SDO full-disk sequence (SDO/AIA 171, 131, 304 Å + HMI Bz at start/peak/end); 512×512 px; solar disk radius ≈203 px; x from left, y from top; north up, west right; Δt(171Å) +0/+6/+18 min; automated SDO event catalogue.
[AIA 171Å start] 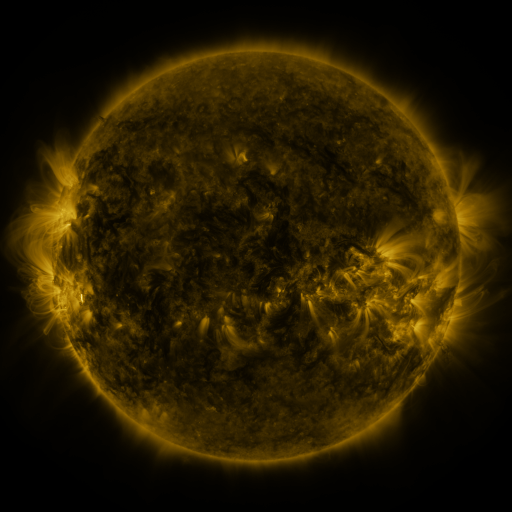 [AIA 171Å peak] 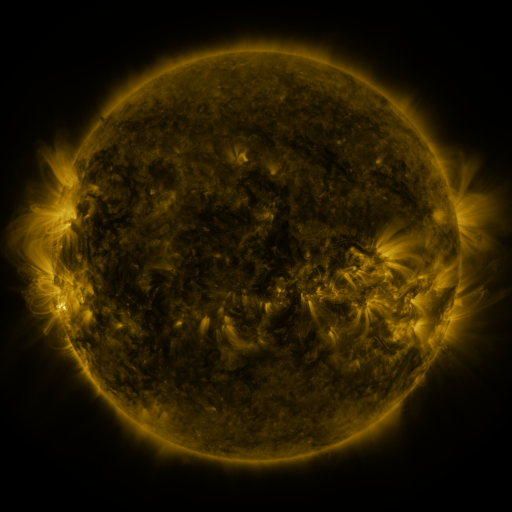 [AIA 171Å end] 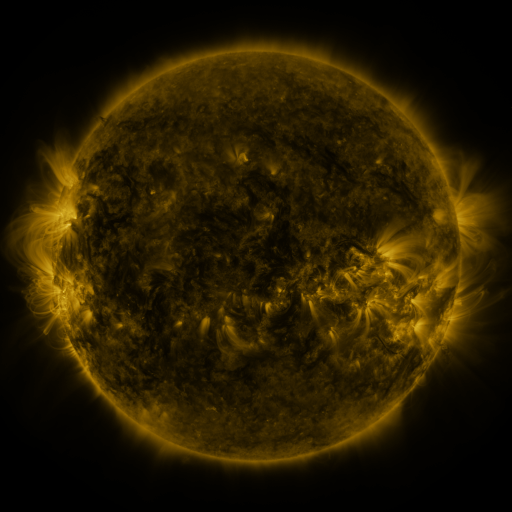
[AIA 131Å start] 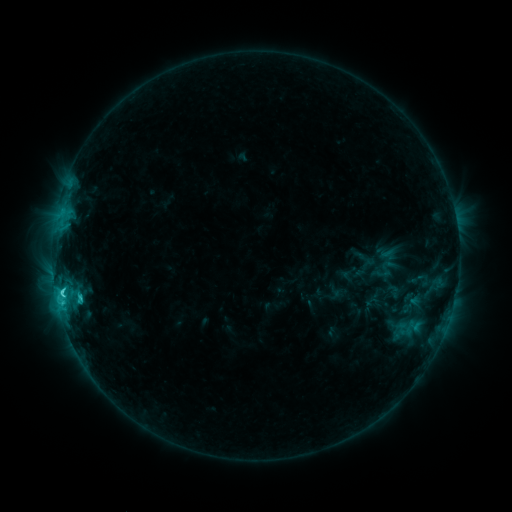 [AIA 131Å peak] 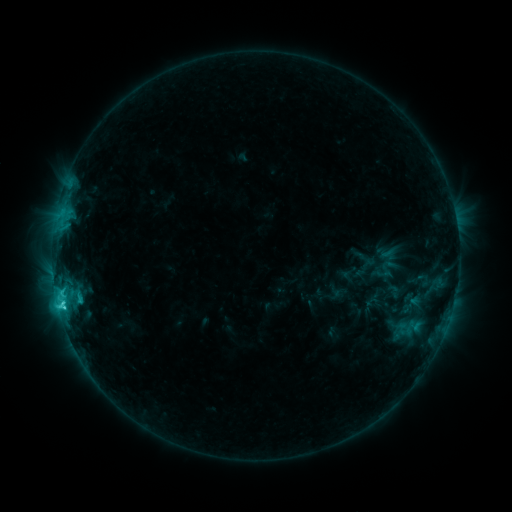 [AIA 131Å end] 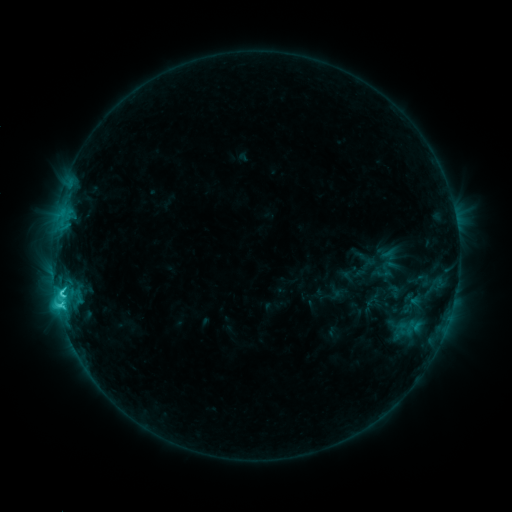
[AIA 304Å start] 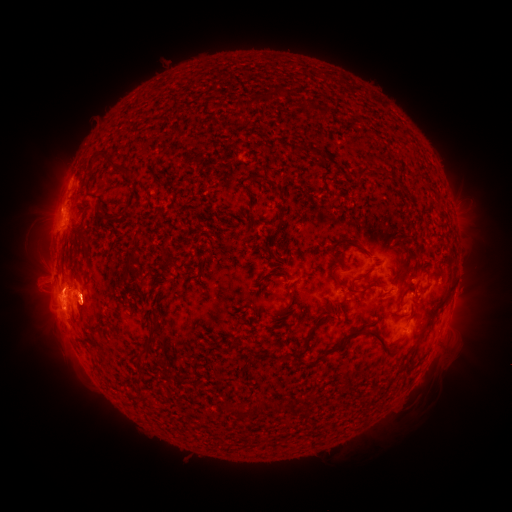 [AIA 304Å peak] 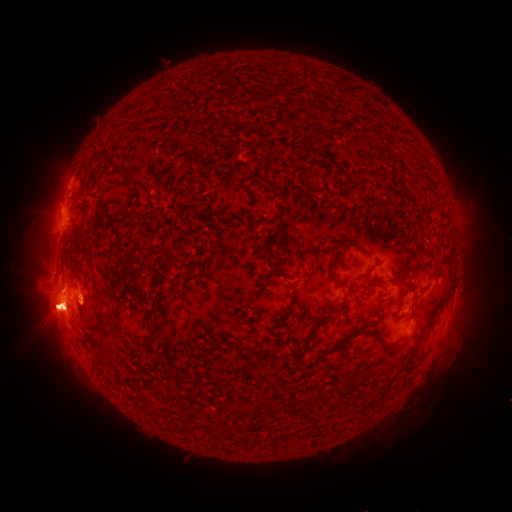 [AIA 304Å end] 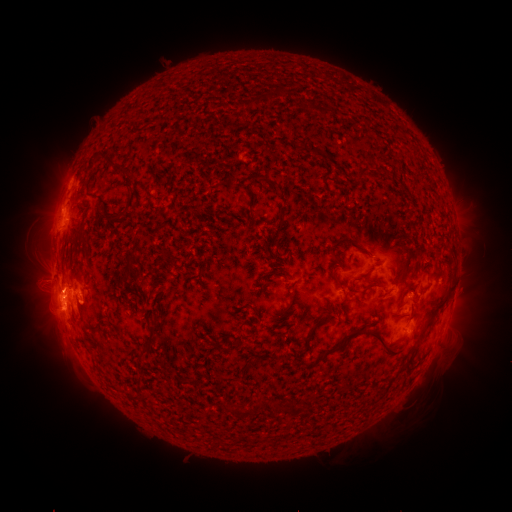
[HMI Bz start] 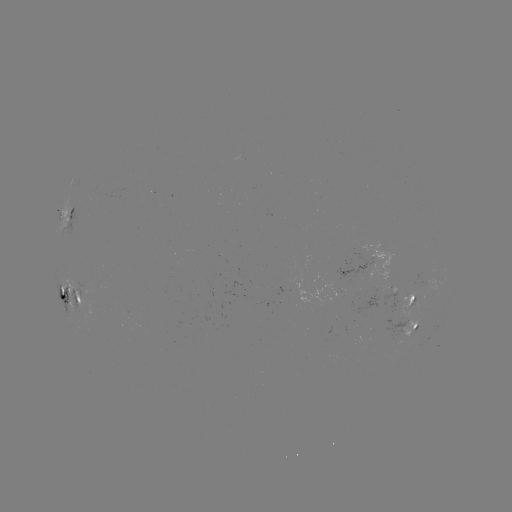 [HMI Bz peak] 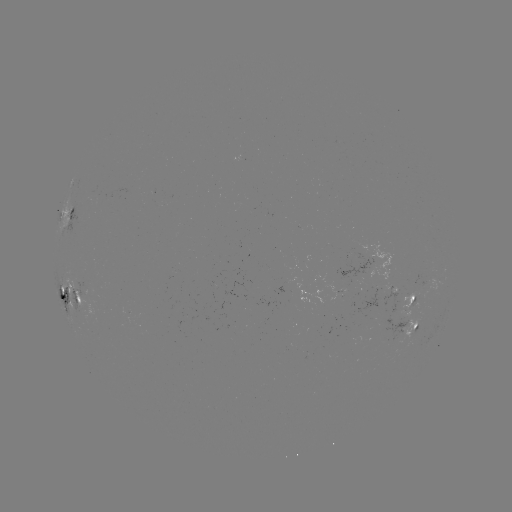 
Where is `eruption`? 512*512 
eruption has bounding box [7, 266, 132, 343].